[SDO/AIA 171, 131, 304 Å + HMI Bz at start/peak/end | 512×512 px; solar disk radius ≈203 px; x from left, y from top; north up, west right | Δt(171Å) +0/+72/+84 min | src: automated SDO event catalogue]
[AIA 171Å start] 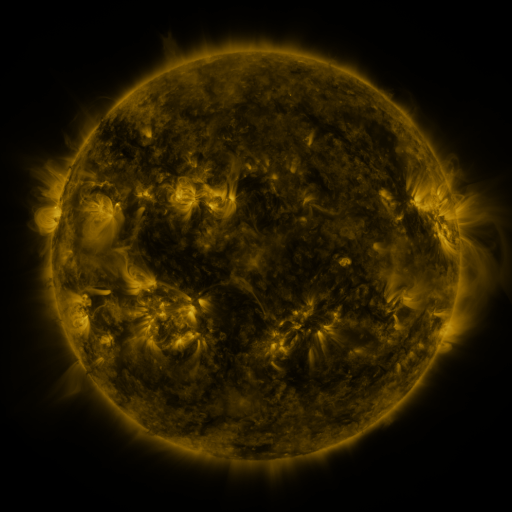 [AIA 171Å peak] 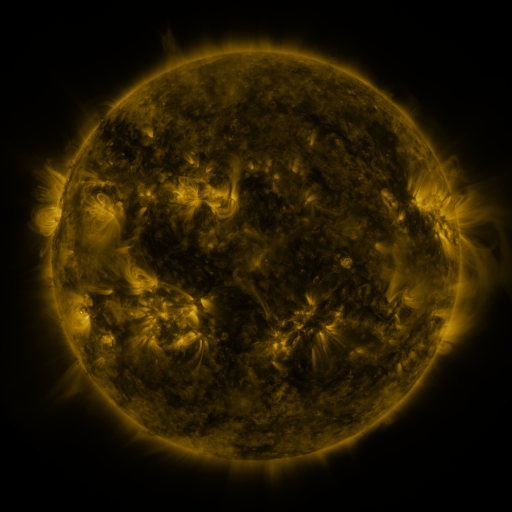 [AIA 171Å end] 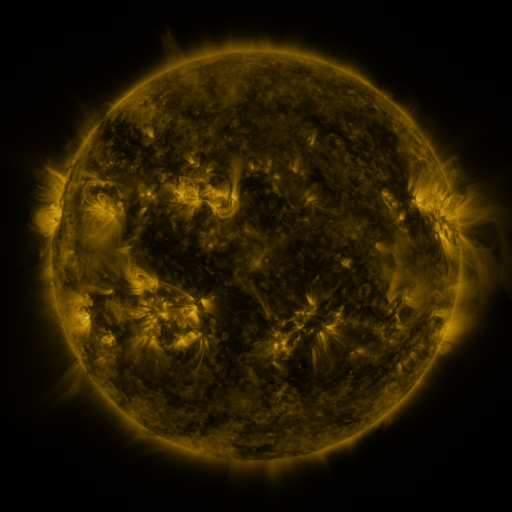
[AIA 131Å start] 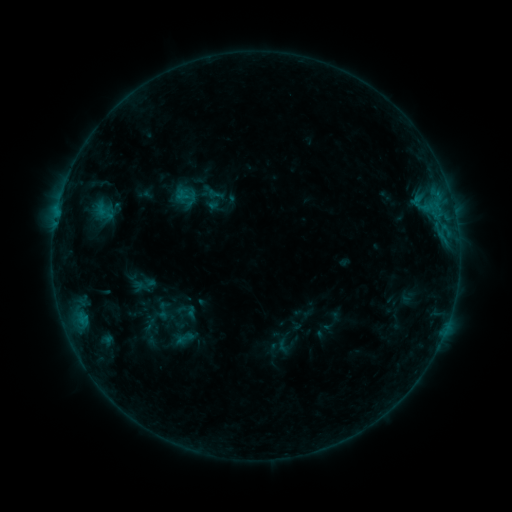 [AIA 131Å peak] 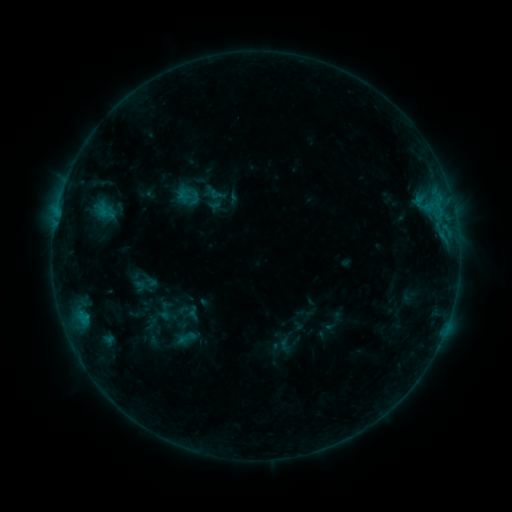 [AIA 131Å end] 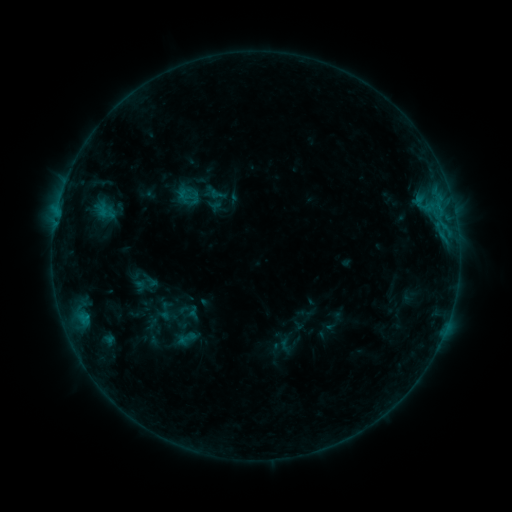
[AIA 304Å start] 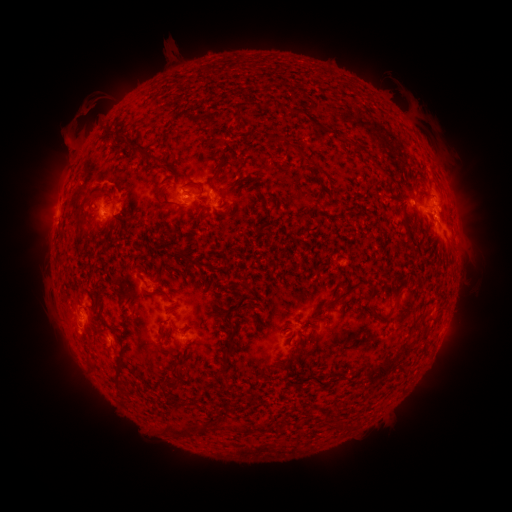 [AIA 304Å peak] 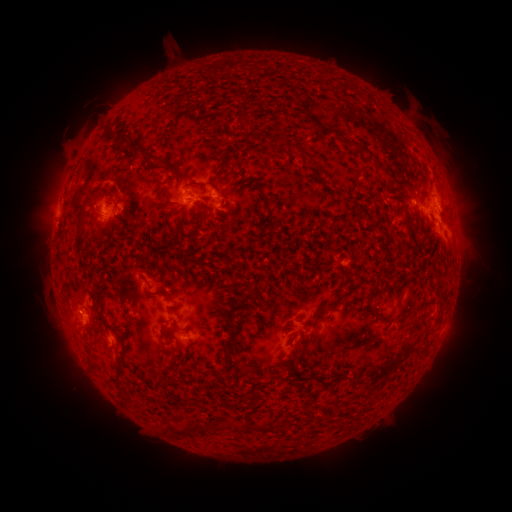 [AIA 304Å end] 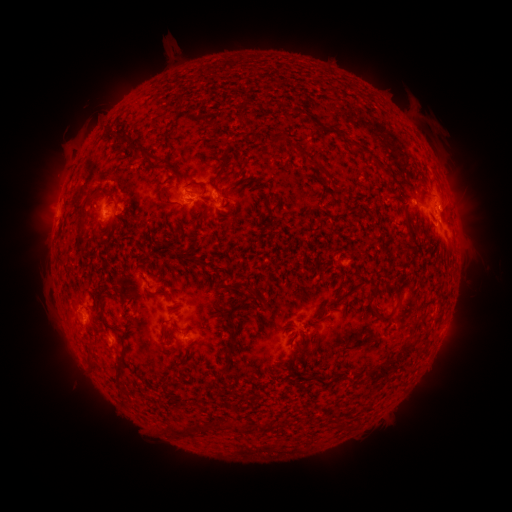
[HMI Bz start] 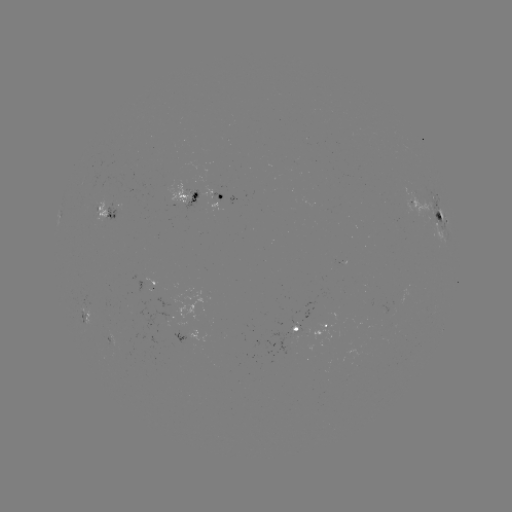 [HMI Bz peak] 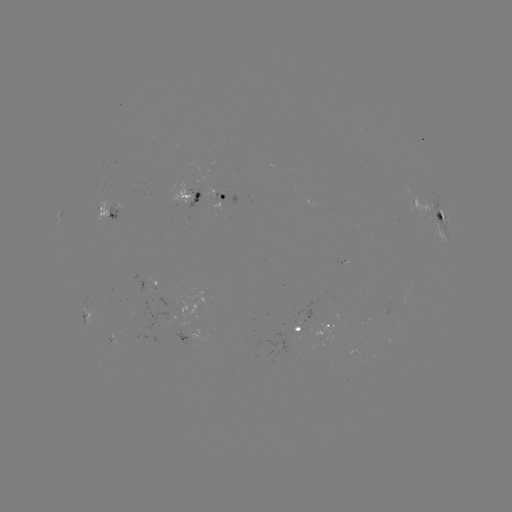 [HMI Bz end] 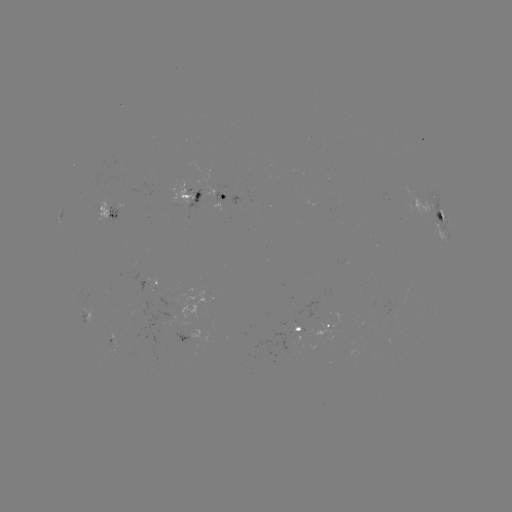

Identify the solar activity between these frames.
emerging-flux region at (113, 338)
